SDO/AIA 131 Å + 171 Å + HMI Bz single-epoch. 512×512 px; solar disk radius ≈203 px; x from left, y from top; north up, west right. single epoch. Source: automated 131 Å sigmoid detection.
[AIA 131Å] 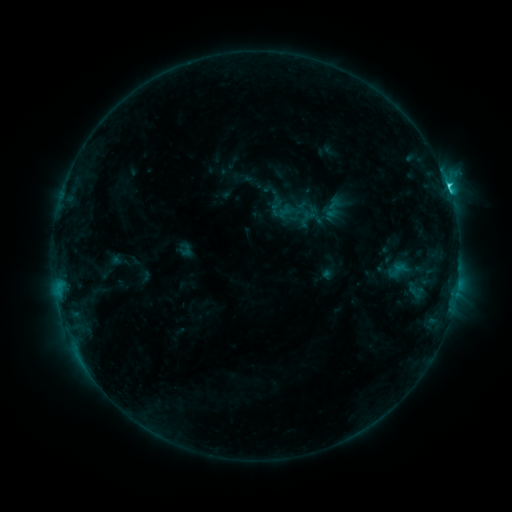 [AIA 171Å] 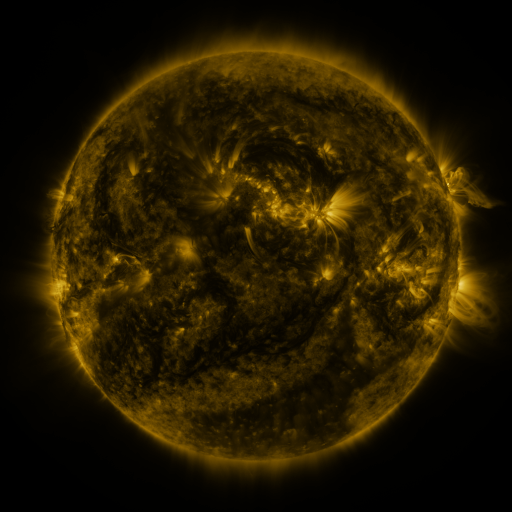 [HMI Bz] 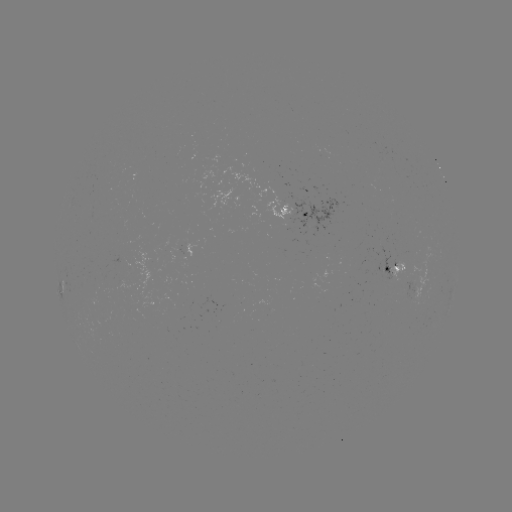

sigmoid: (320, 195, 346, 221)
